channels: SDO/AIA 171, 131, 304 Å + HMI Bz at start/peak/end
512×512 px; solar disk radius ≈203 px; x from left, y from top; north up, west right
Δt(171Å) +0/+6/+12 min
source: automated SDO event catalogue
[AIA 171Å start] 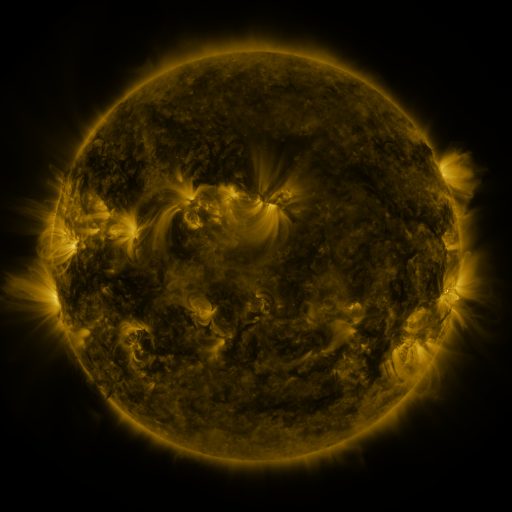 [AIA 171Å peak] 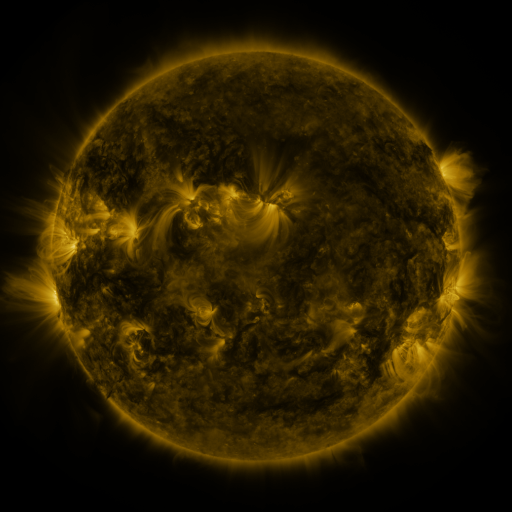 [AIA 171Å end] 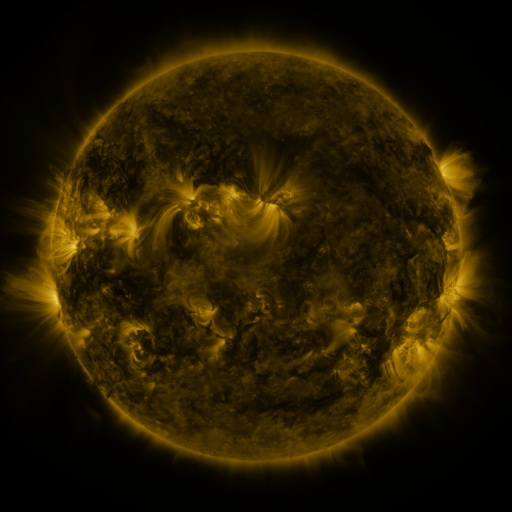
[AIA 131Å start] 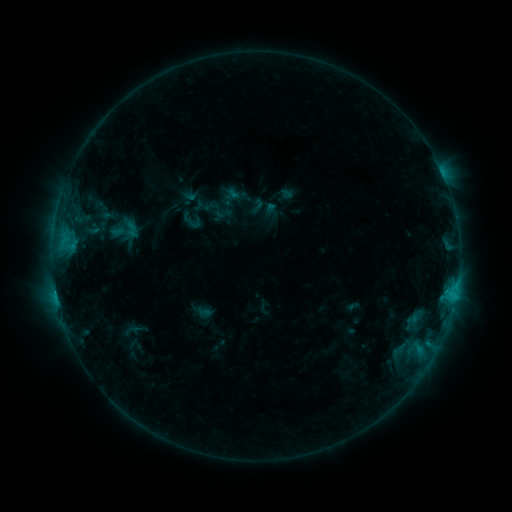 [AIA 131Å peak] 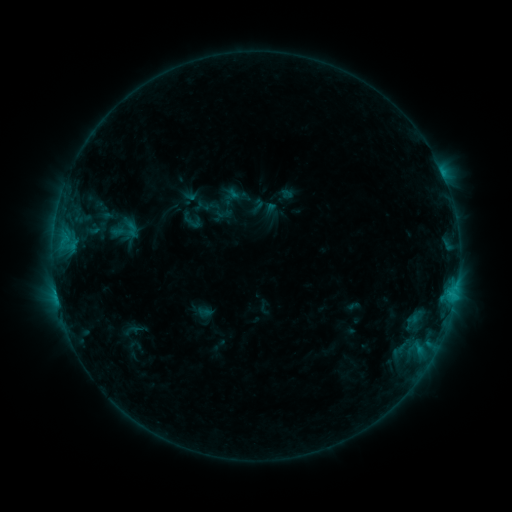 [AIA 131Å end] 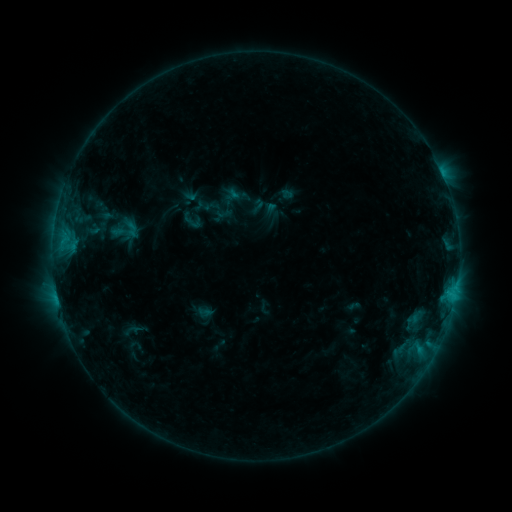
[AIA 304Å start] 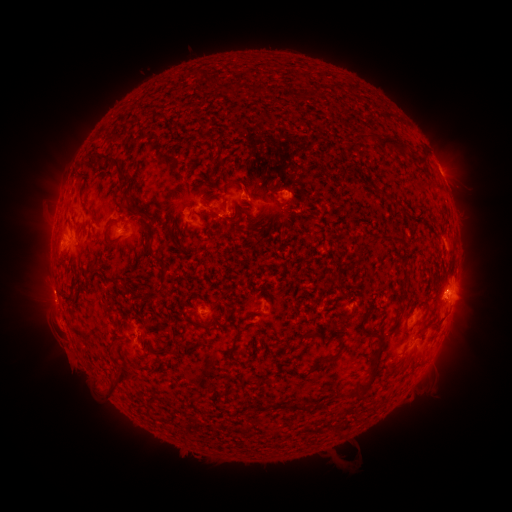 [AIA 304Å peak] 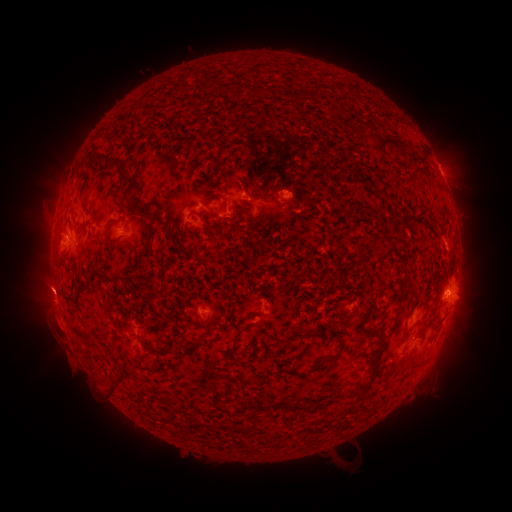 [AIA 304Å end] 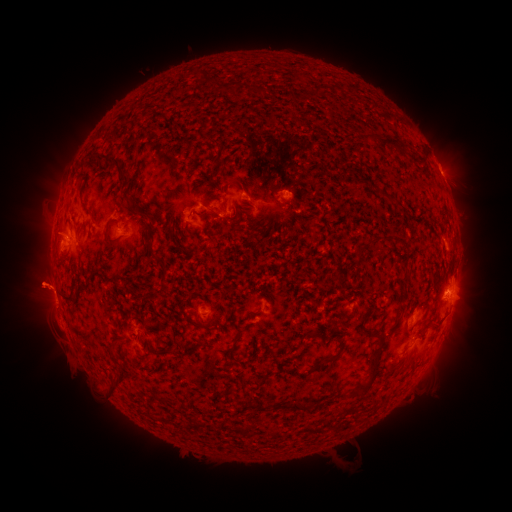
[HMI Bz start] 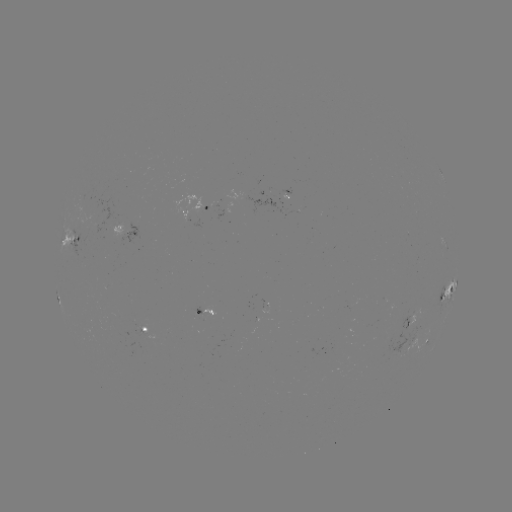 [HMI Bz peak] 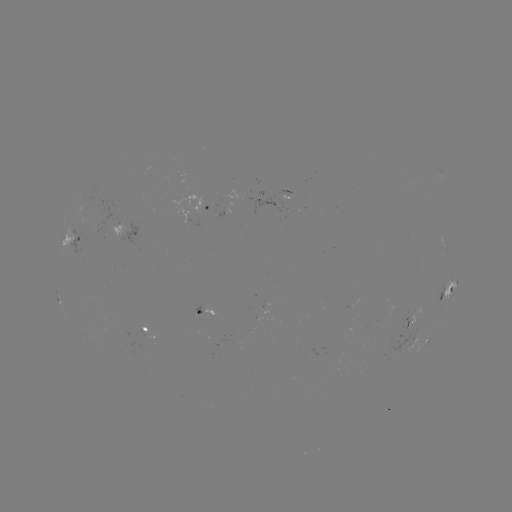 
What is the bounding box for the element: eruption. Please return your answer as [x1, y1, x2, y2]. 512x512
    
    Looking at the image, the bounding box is [2, 254, 100, 319].